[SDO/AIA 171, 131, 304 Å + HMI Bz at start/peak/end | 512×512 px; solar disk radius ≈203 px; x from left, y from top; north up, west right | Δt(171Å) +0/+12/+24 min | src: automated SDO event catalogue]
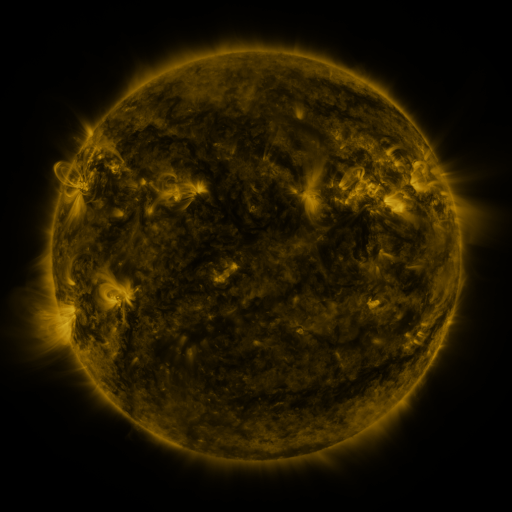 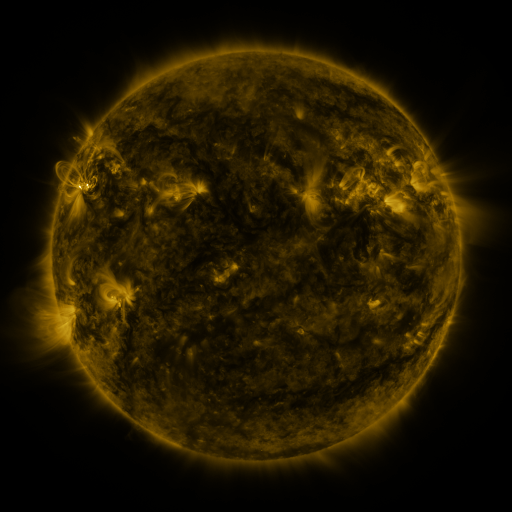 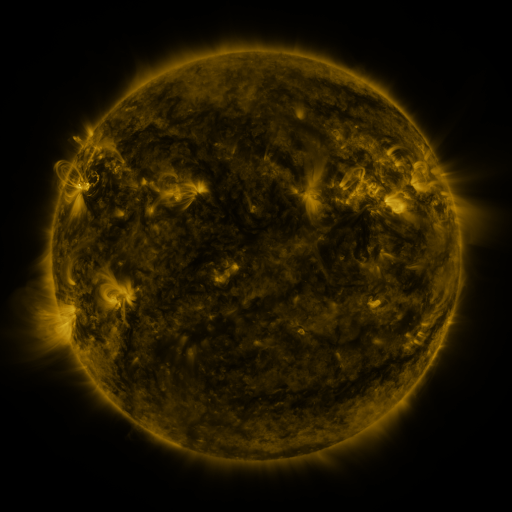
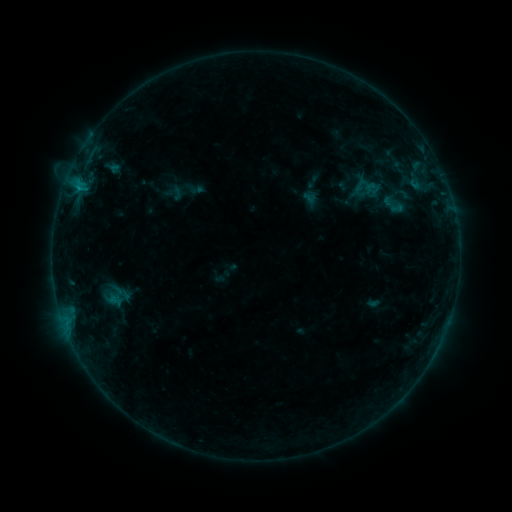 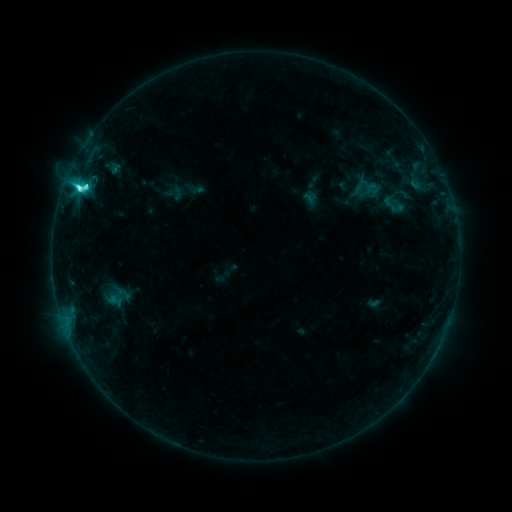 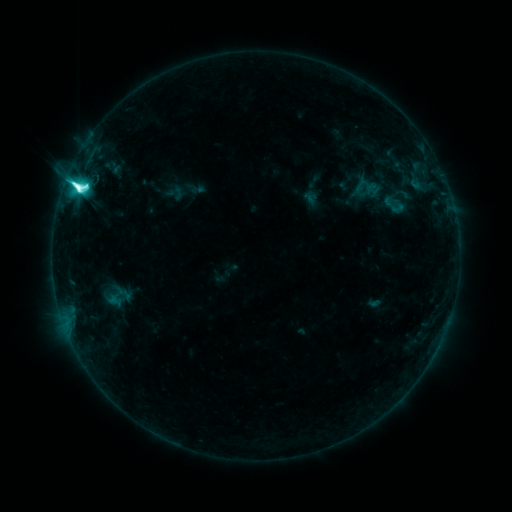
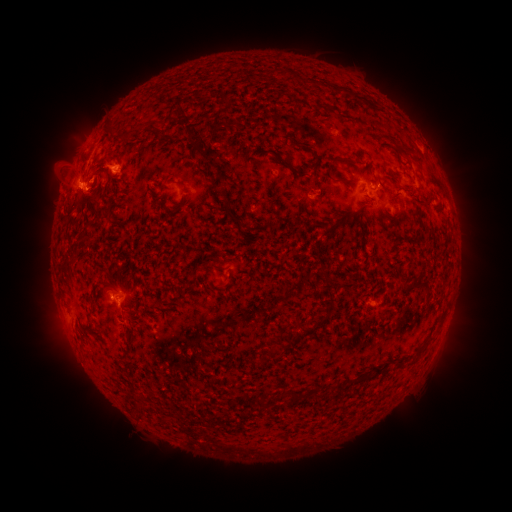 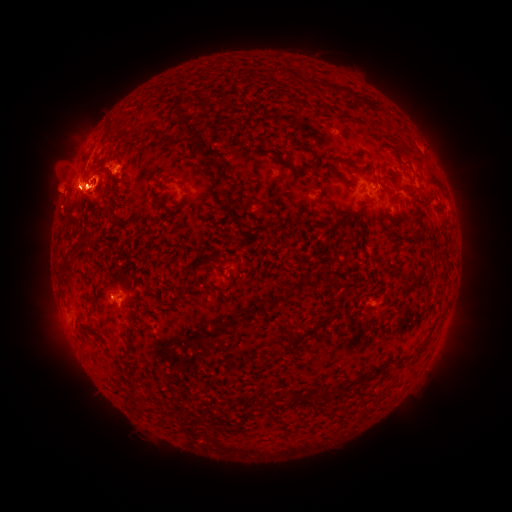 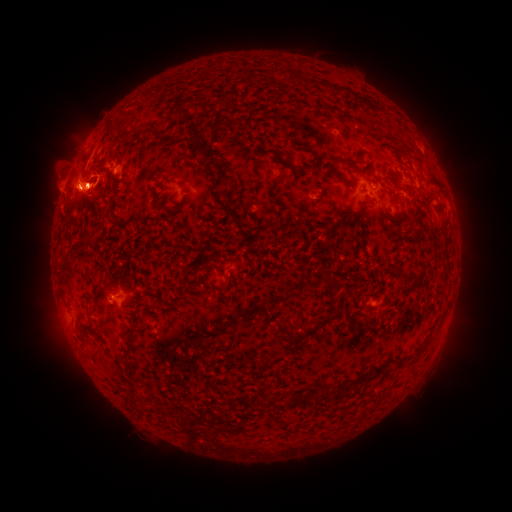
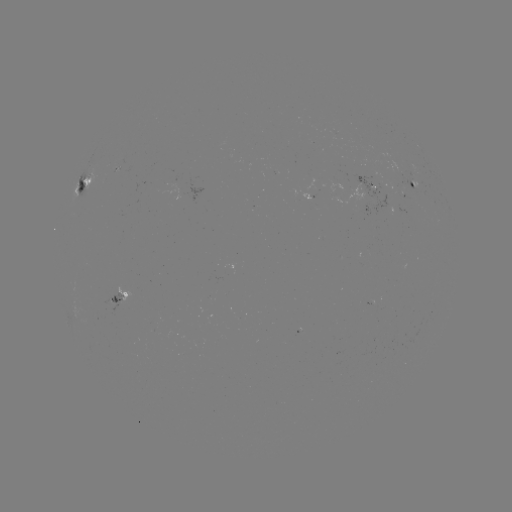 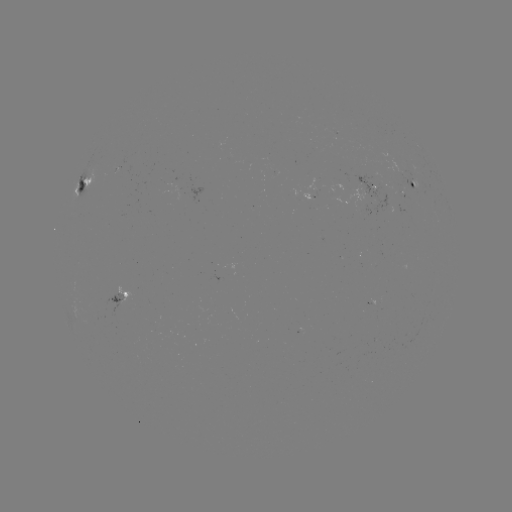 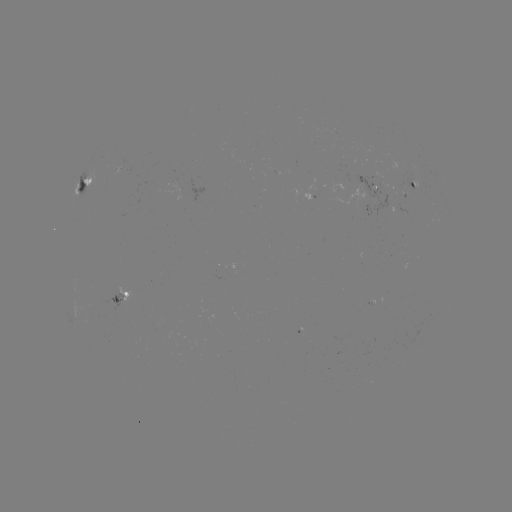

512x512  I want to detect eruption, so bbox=[38, 136, 135, 217].